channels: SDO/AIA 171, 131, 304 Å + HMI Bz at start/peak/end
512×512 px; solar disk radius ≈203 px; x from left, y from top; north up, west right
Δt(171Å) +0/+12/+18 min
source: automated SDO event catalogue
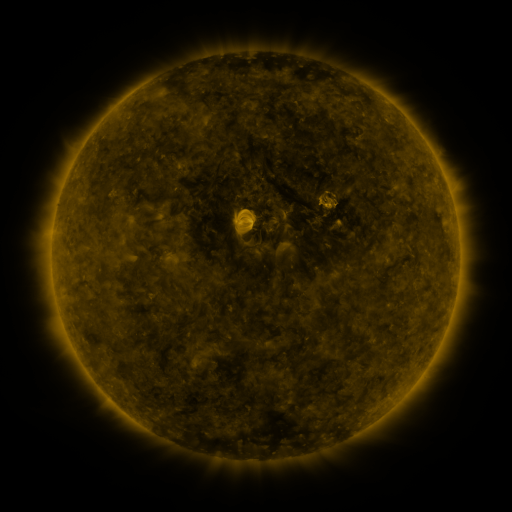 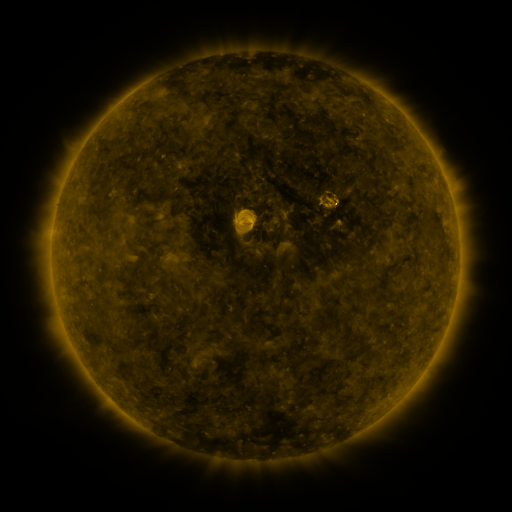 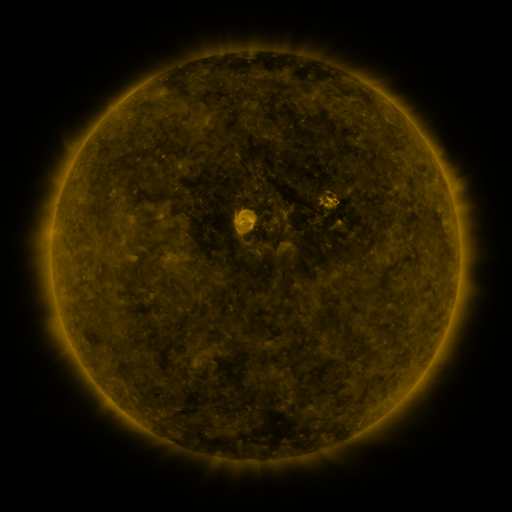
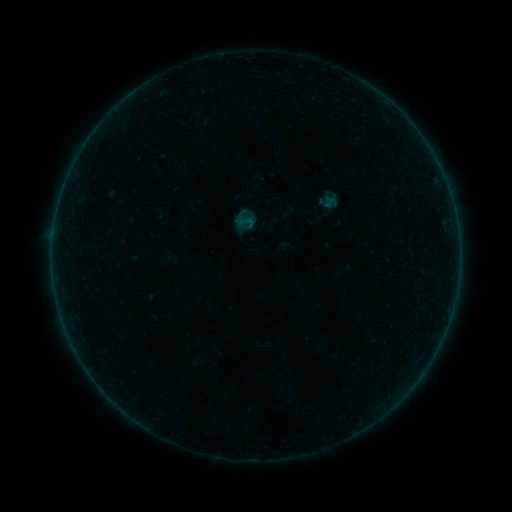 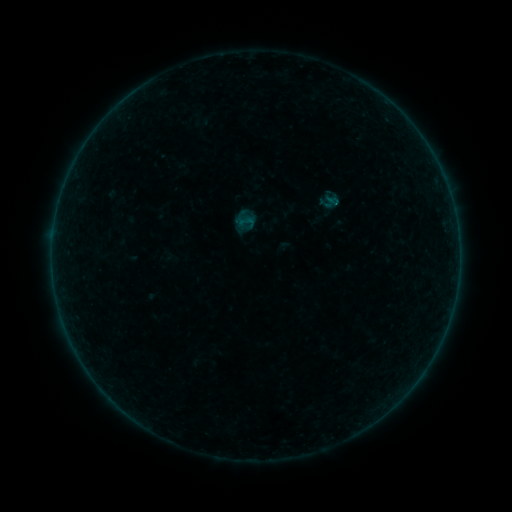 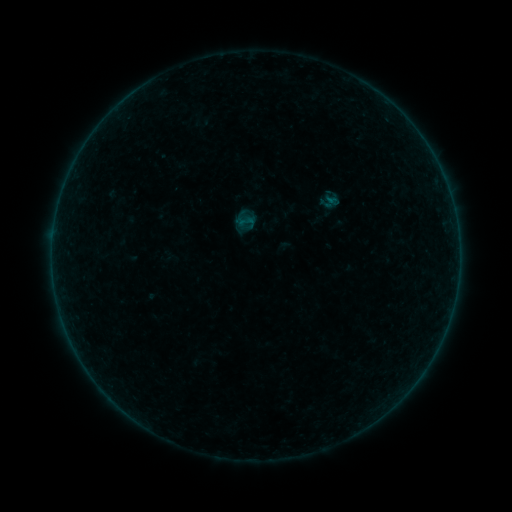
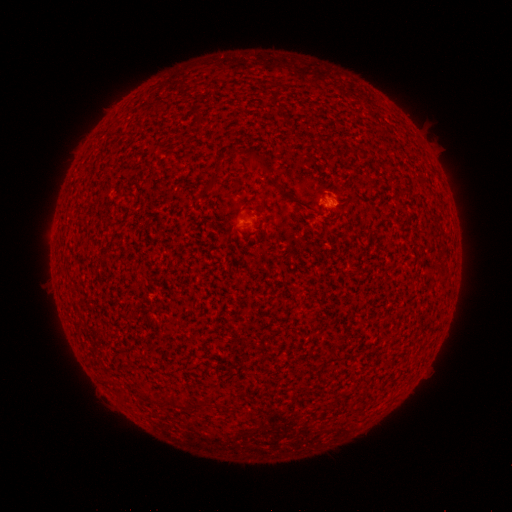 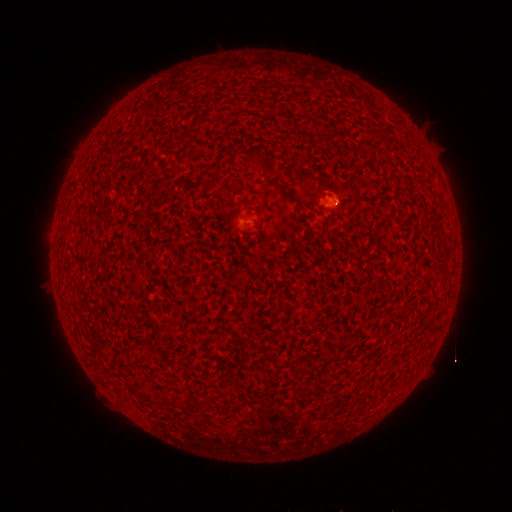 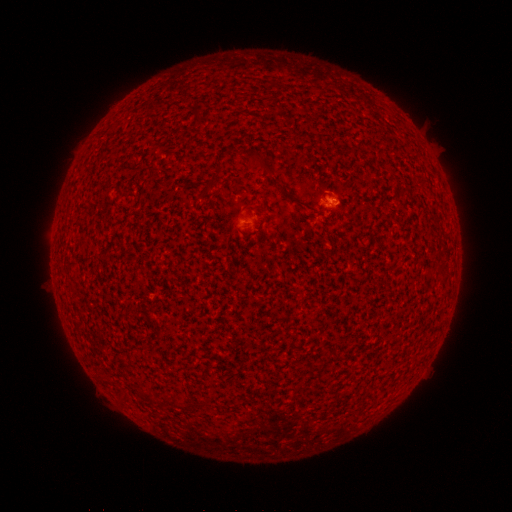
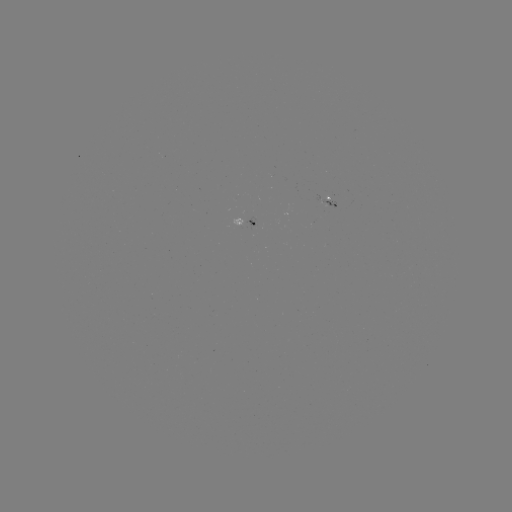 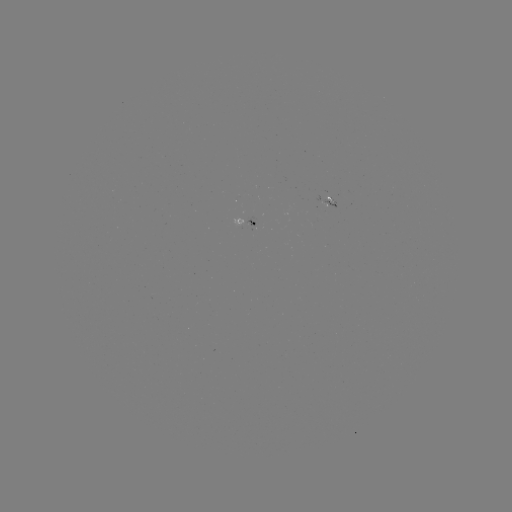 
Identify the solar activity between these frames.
A1.9 flare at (334, 204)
